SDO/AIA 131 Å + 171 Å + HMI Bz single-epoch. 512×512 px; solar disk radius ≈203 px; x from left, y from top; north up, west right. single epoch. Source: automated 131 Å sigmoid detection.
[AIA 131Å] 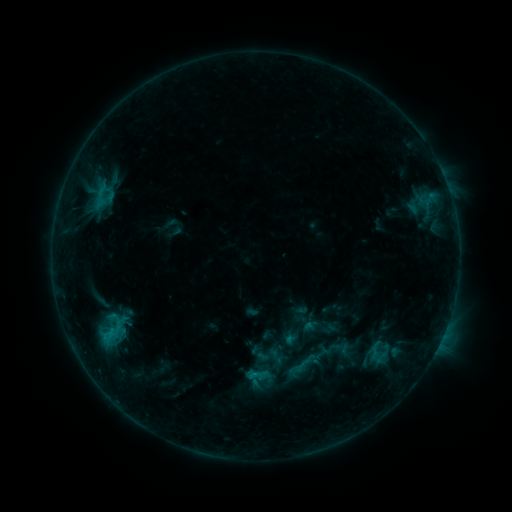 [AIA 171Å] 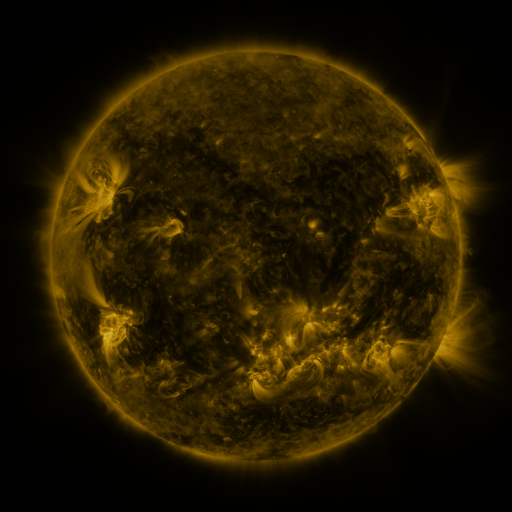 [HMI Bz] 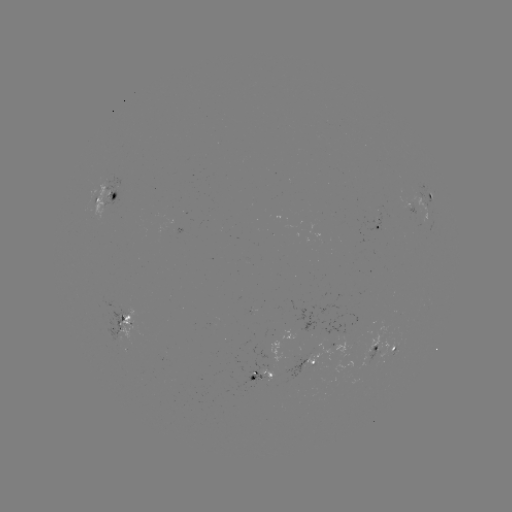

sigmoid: (365, 339, 385, 360)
